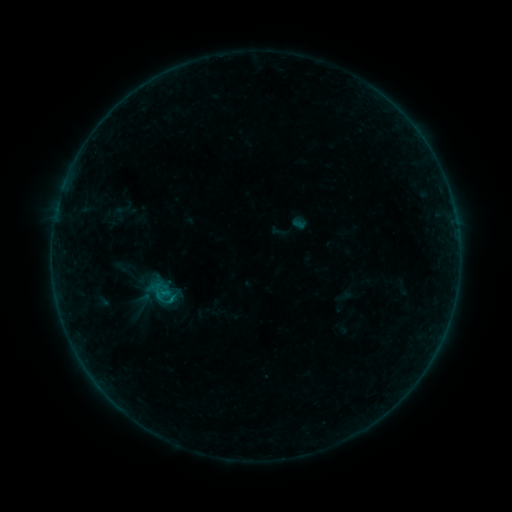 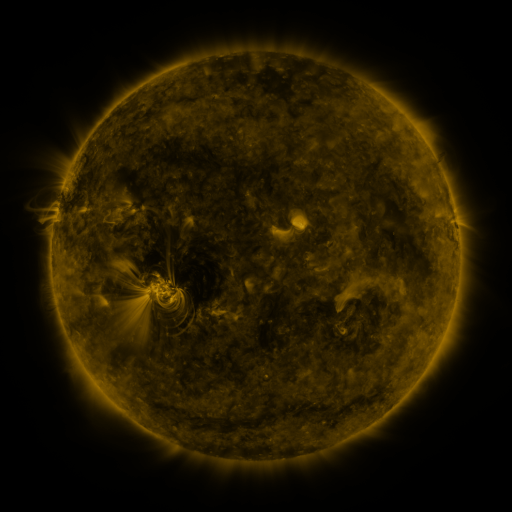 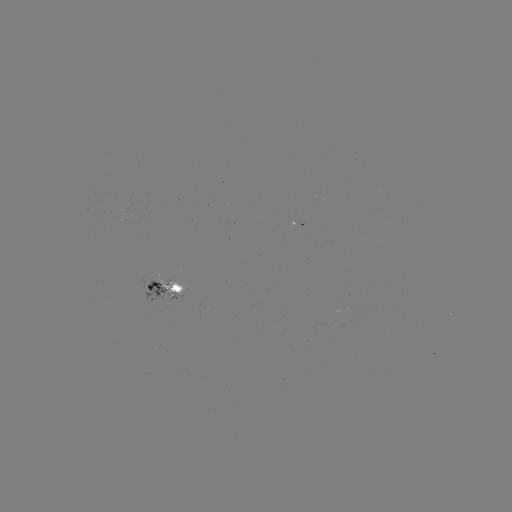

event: sigmoid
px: (162, 292)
